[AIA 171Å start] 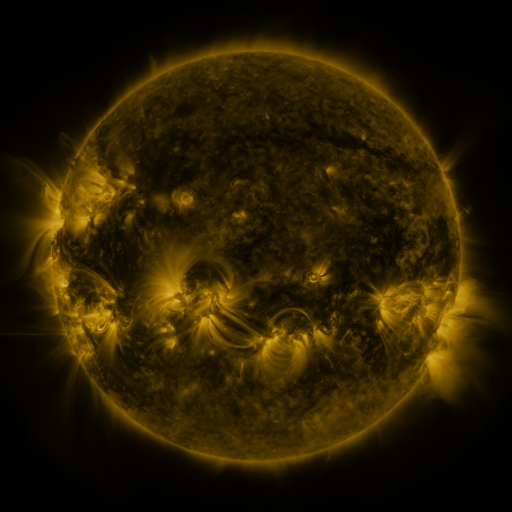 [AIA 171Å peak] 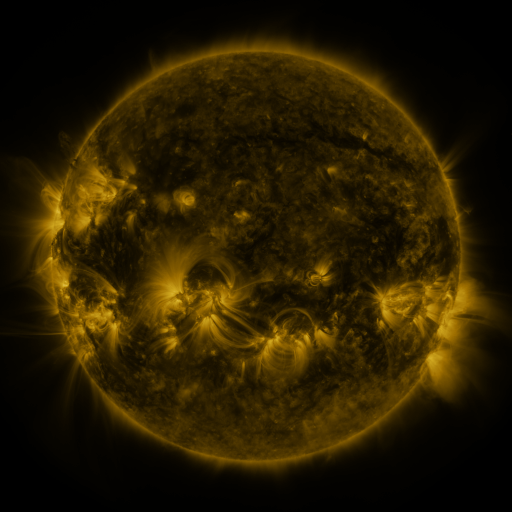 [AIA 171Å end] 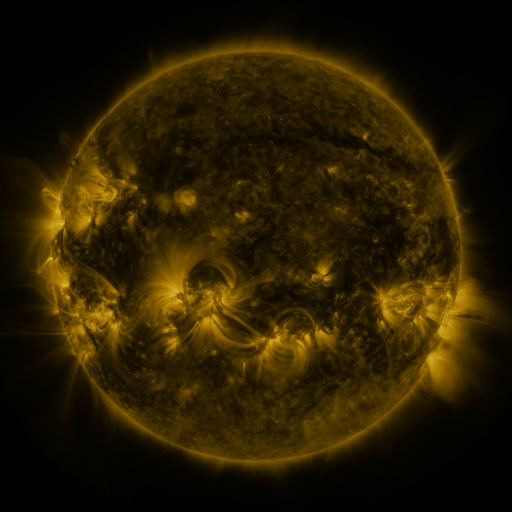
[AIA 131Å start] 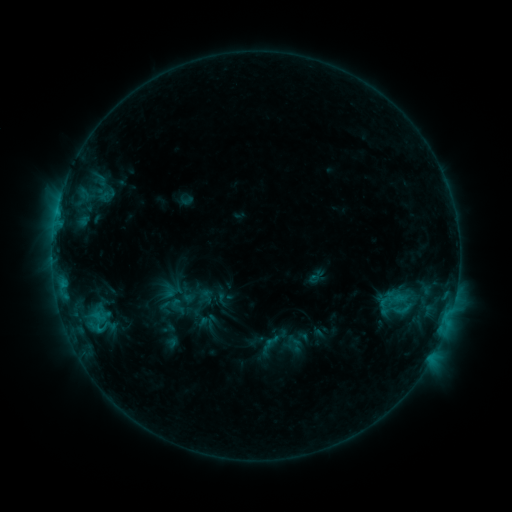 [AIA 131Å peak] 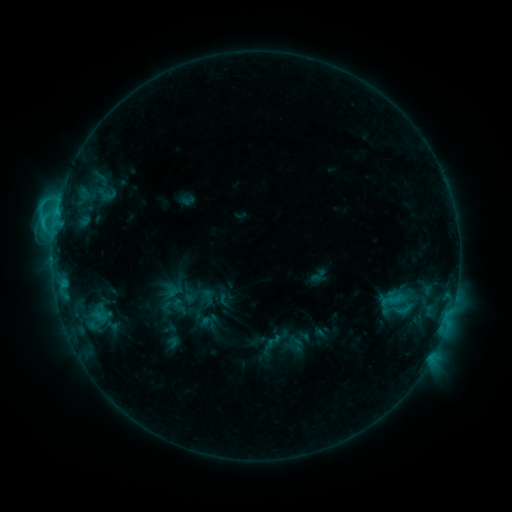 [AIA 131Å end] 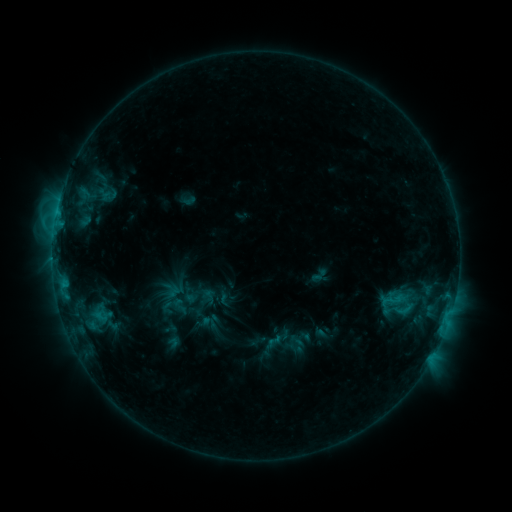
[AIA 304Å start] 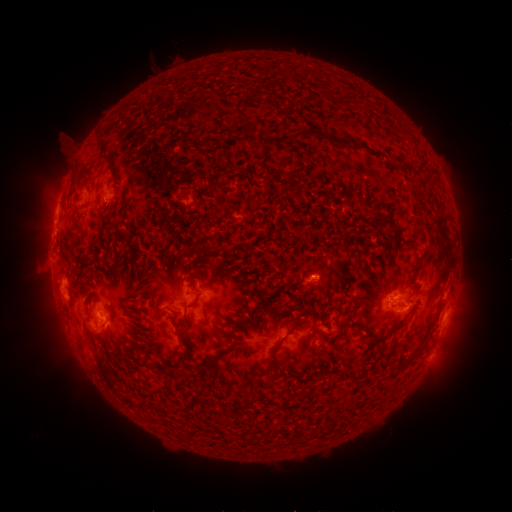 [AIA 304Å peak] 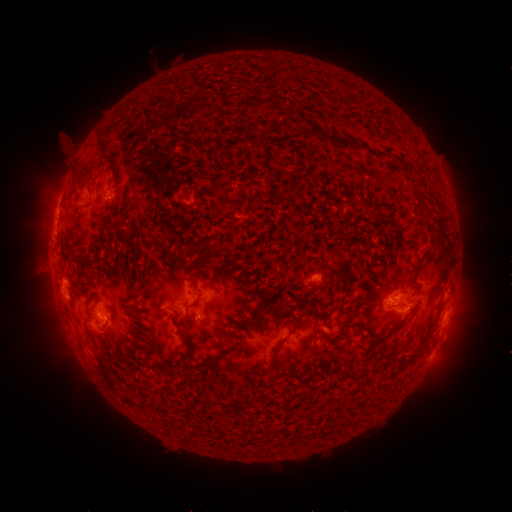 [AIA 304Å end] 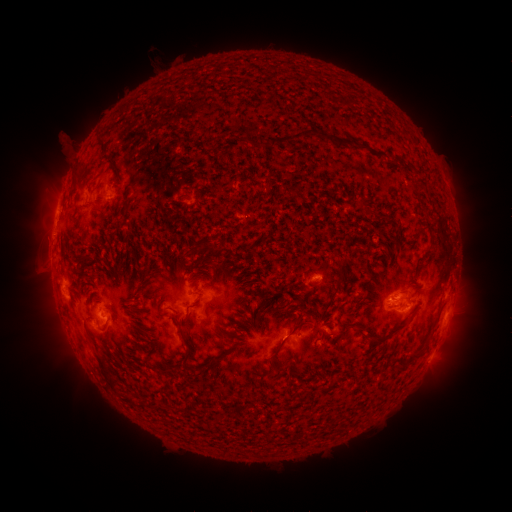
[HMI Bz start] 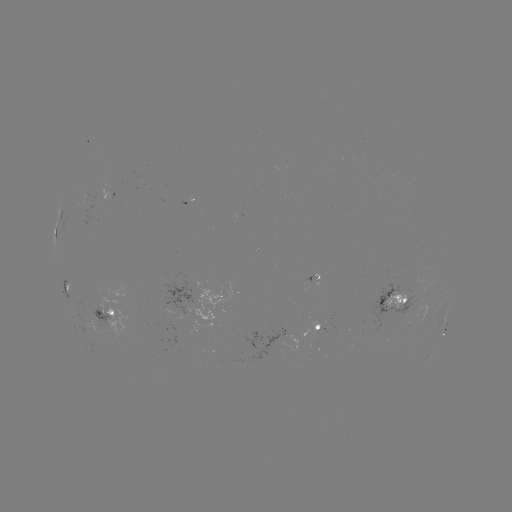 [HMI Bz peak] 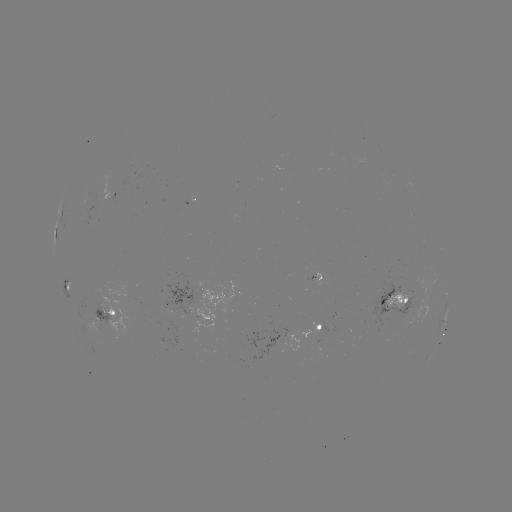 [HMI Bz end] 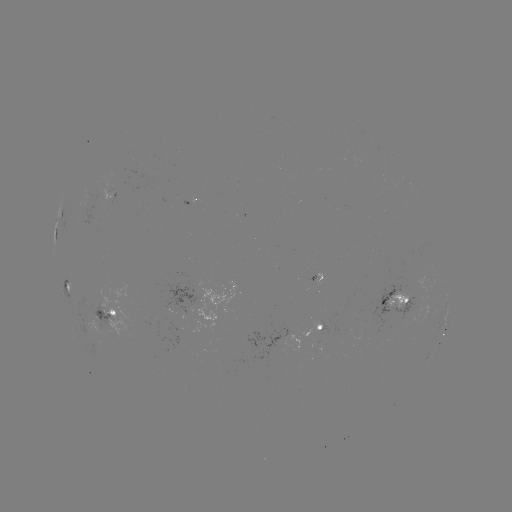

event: flare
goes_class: C2.3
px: (54, 227)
